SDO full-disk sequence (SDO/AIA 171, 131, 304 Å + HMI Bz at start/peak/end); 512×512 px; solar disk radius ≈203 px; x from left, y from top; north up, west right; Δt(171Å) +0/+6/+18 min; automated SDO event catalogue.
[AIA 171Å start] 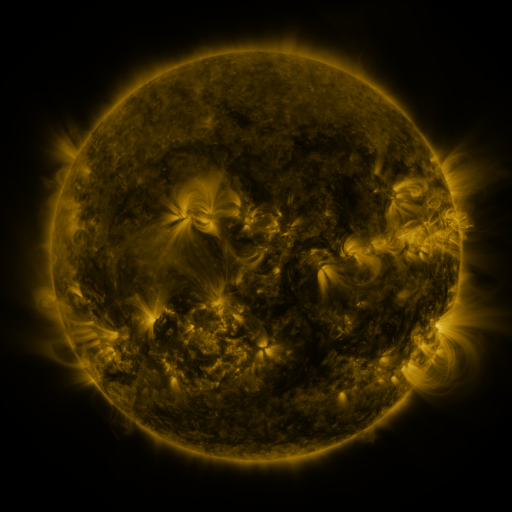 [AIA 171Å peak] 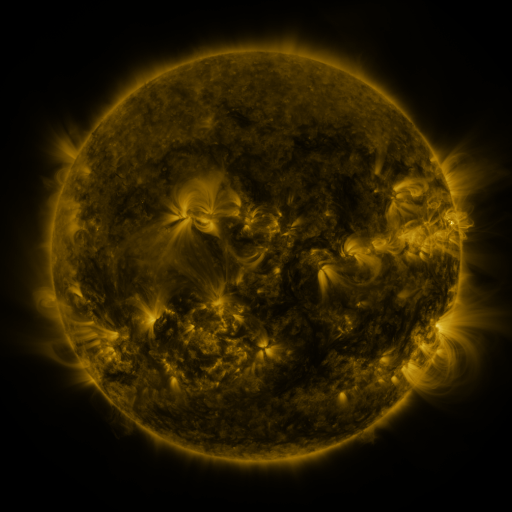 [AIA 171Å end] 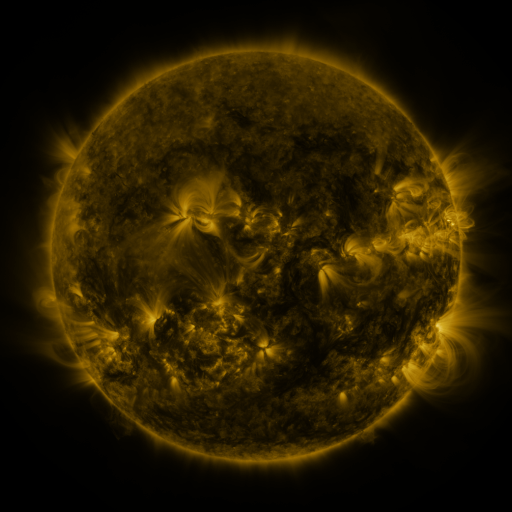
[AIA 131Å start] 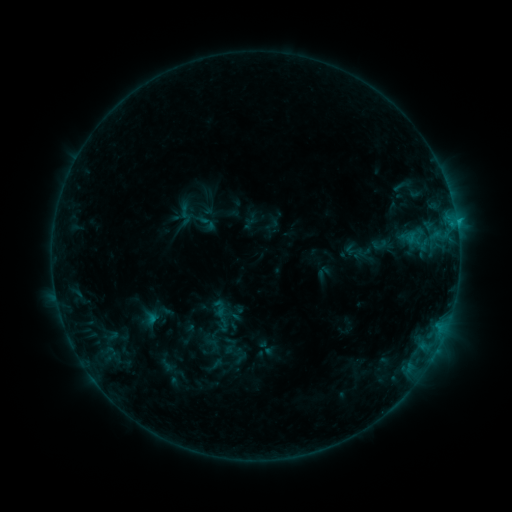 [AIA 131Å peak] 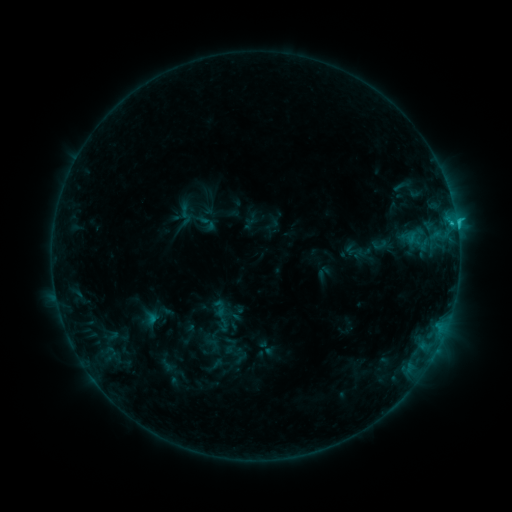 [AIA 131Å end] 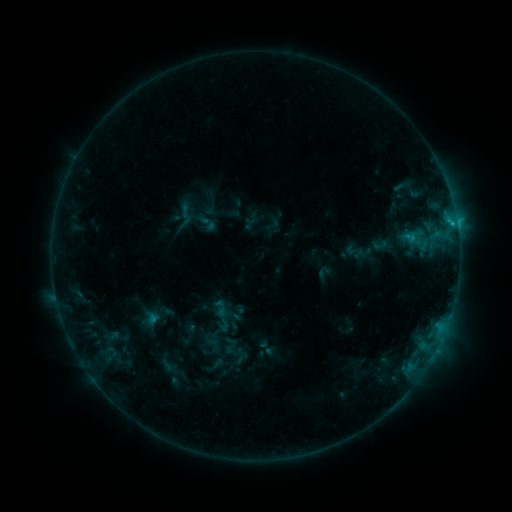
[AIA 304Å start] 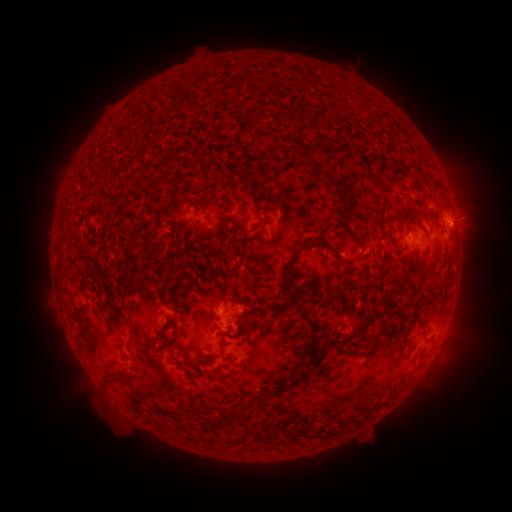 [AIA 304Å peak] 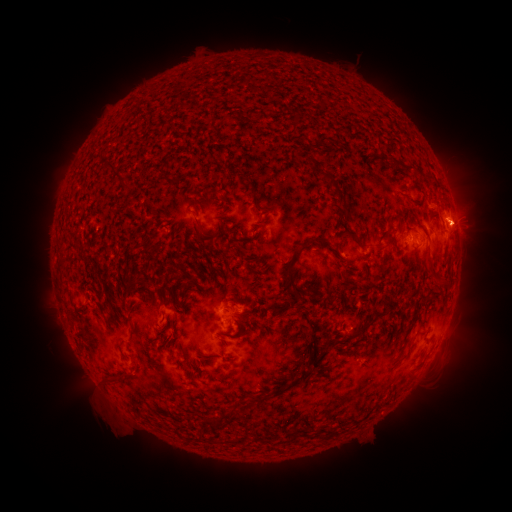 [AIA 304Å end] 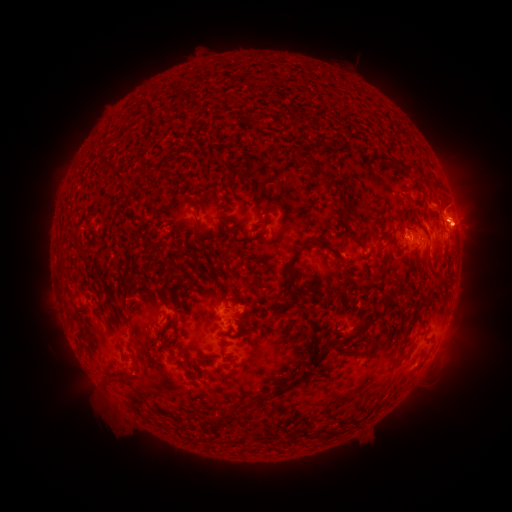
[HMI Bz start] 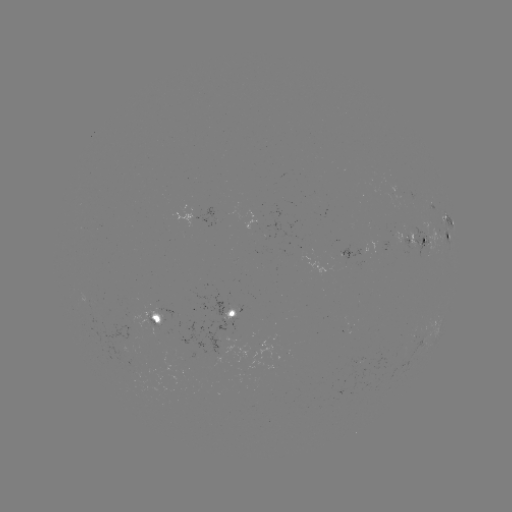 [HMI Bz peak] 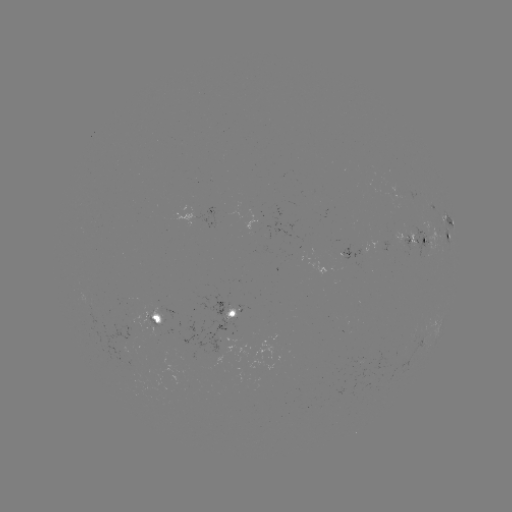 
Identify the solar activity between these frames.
eruption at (462, 220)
